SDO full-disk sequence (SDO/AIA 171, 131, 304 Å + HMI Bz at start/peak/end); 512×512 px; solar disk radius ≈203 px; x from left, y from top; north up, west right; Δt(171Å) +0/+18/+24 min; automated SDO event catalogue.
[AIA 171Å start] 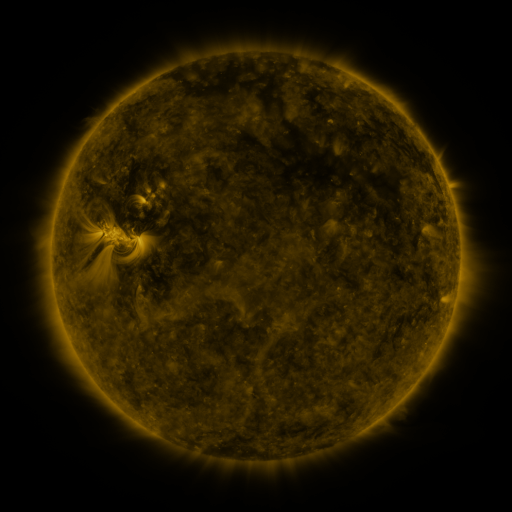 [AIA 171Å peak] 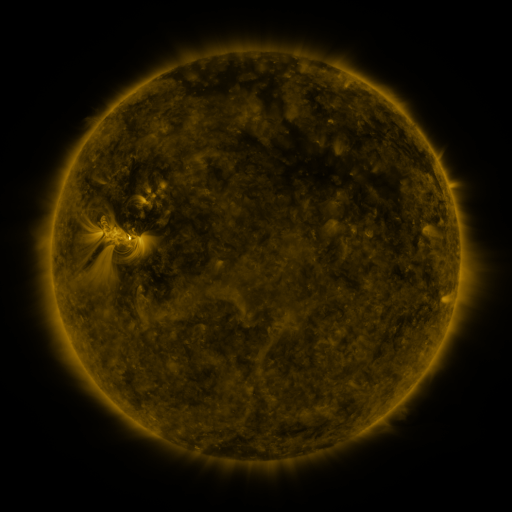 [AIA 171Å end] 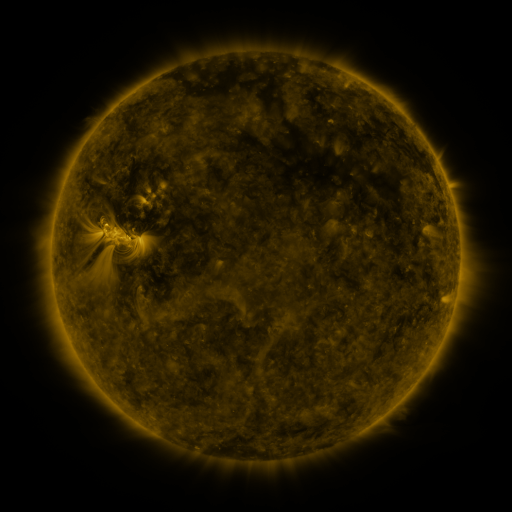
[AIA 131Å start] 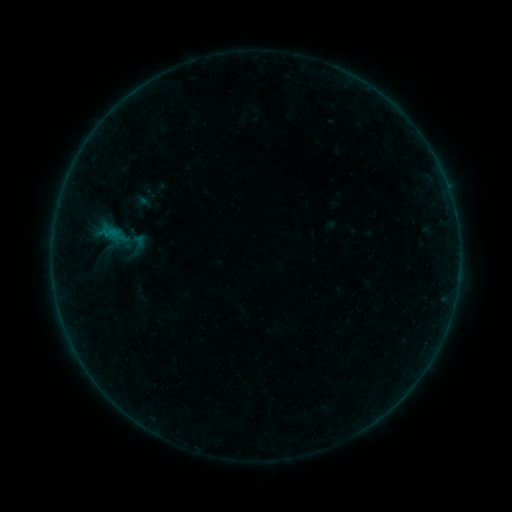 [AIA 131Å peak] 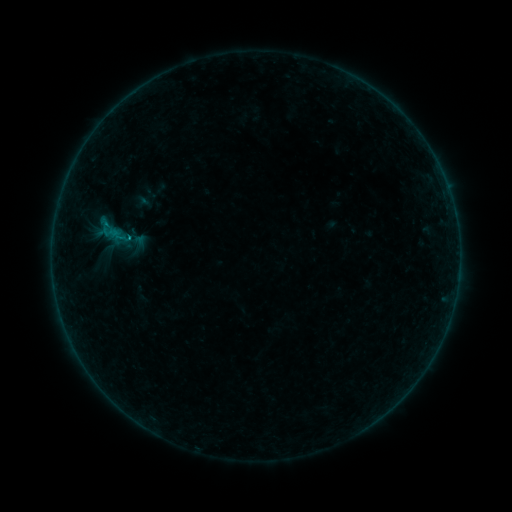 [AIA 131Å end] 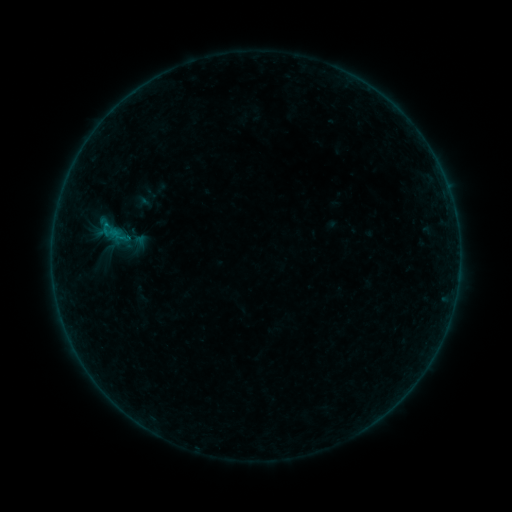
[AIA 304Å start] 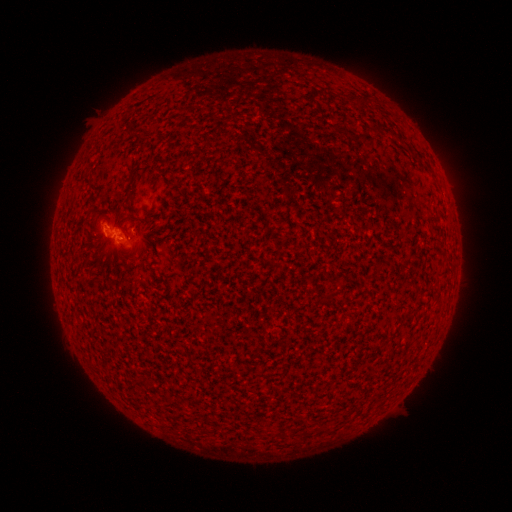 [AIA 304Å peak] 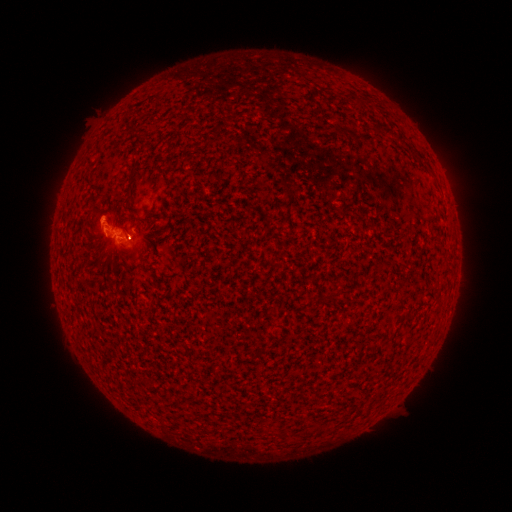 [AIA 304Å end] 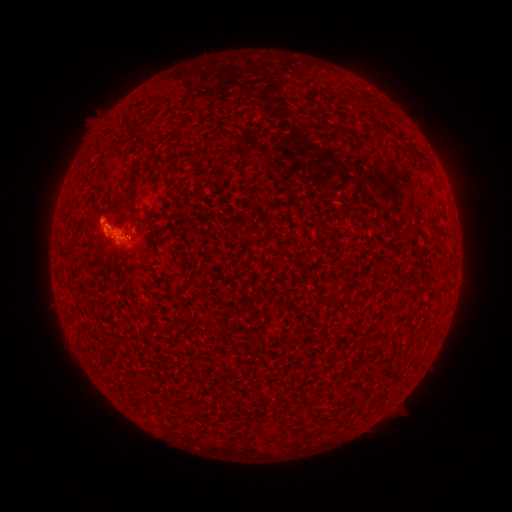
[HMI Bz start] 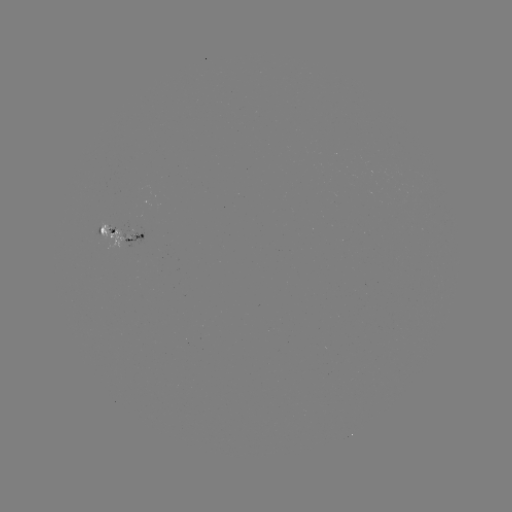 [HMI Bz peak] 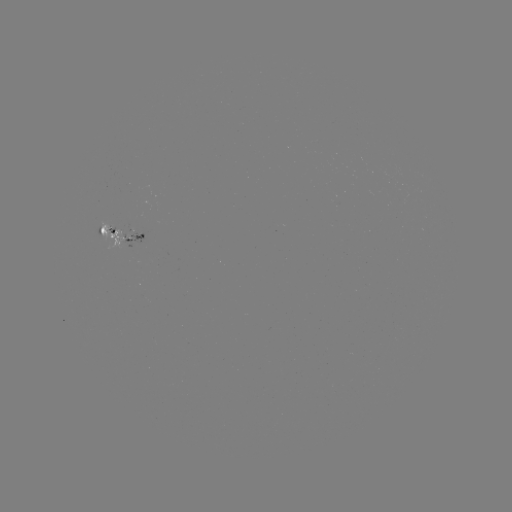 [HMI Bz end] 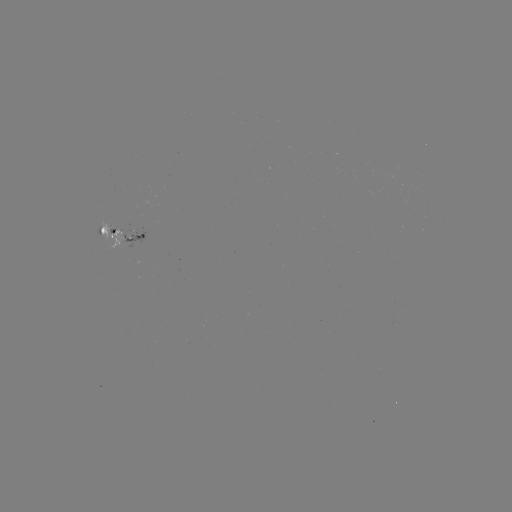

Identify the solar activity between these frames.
B2.9 flare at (108, 226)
